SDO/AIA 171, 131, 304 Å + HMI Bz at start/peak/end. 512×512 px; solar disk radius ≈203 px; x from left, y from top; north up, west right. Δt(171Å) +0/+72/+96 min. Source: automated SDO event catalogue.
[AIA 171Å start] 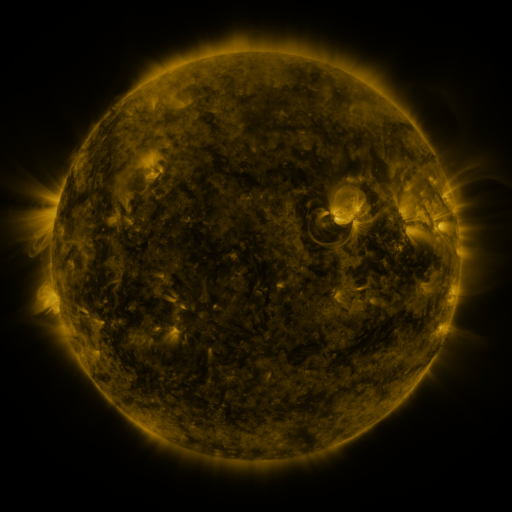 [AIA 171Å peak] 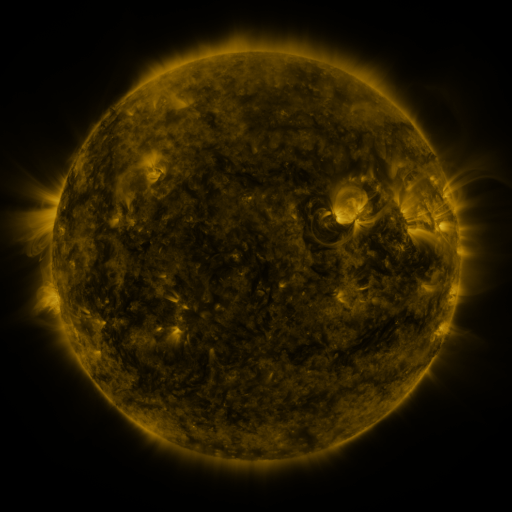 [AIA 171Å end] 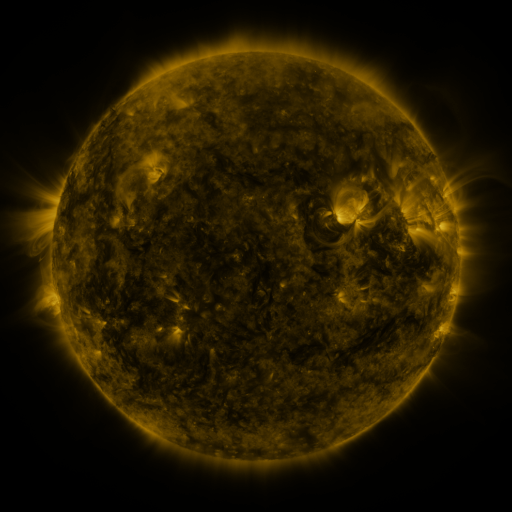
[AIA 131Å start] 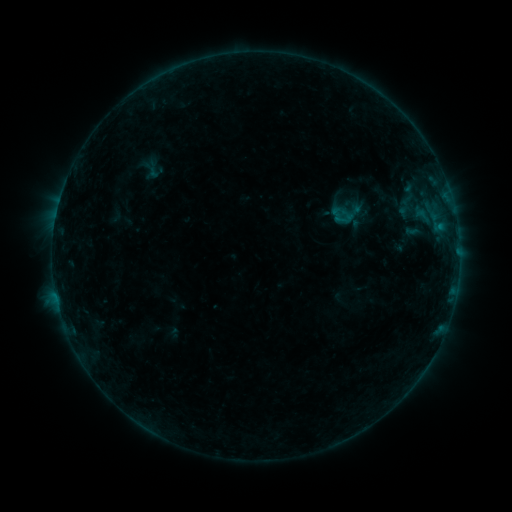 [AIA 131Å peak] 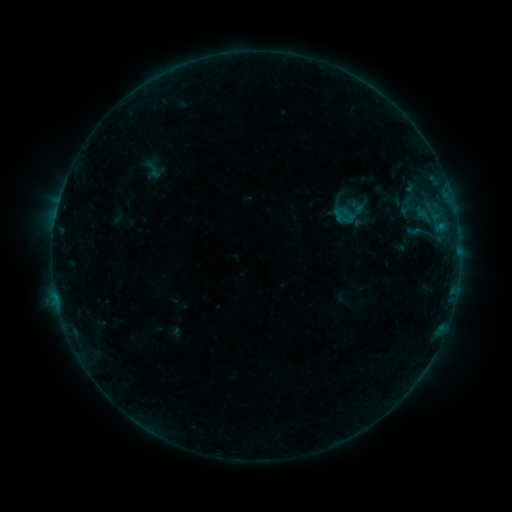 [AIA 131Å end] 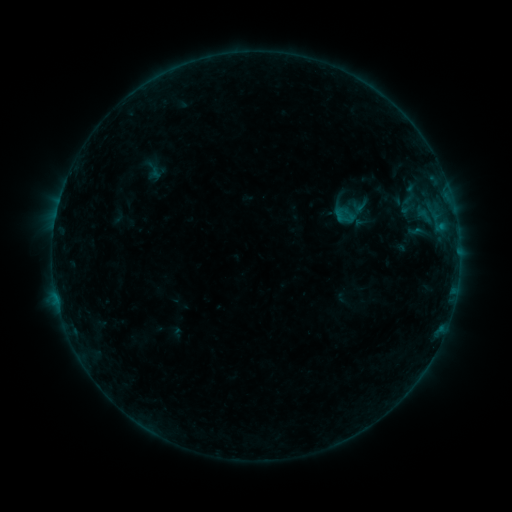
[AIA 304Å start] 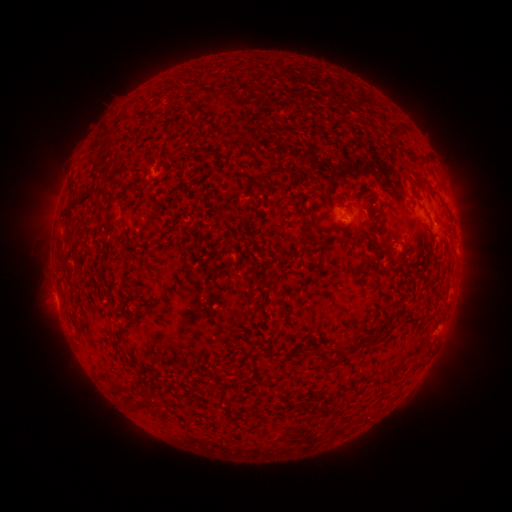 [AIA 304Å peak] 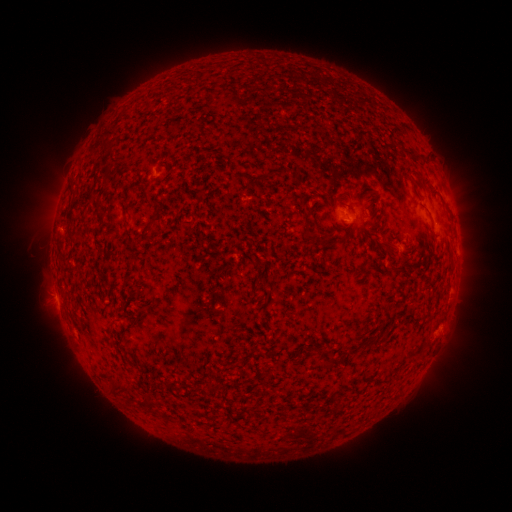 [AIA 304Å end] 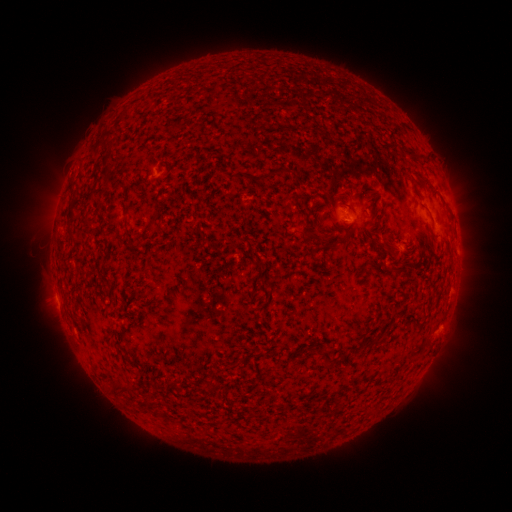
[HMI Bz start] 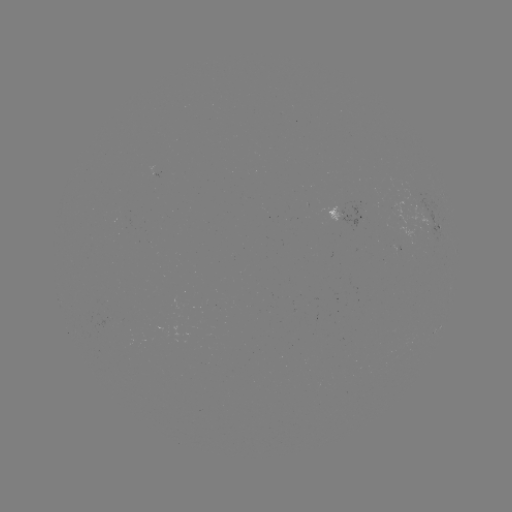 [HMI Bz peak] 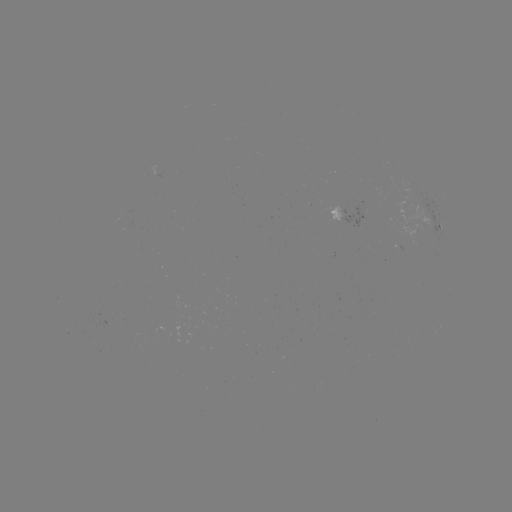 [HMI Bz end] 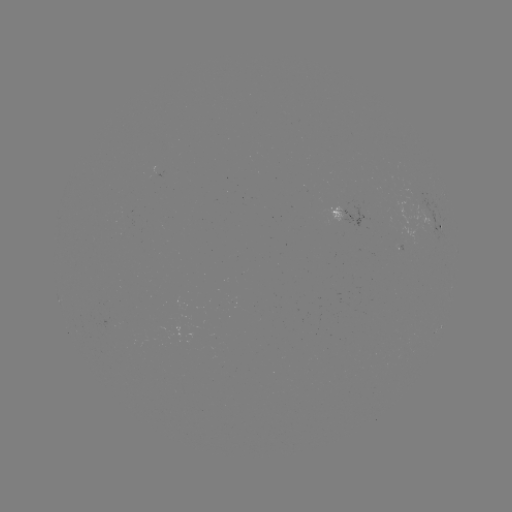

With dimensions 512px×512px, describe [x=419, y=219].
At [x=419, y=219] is emerging-flux region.